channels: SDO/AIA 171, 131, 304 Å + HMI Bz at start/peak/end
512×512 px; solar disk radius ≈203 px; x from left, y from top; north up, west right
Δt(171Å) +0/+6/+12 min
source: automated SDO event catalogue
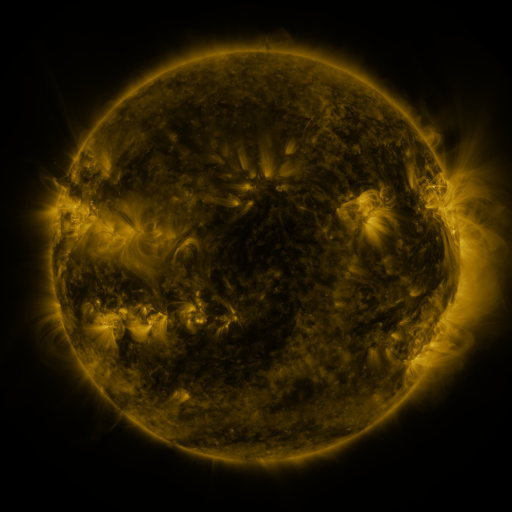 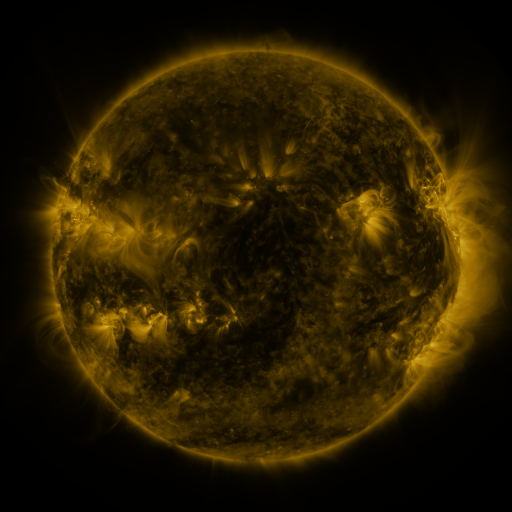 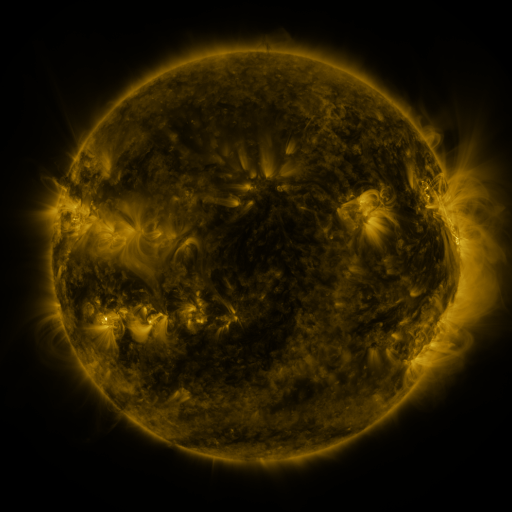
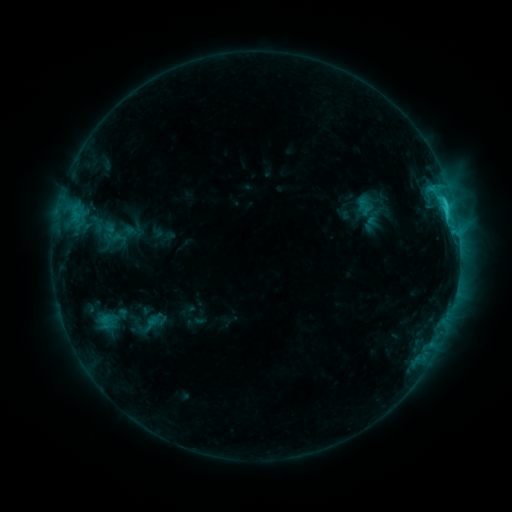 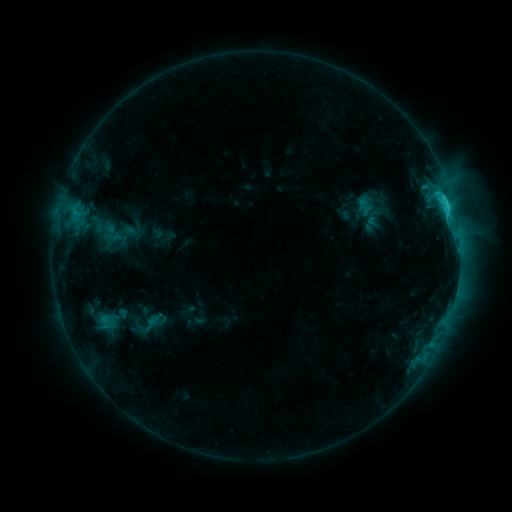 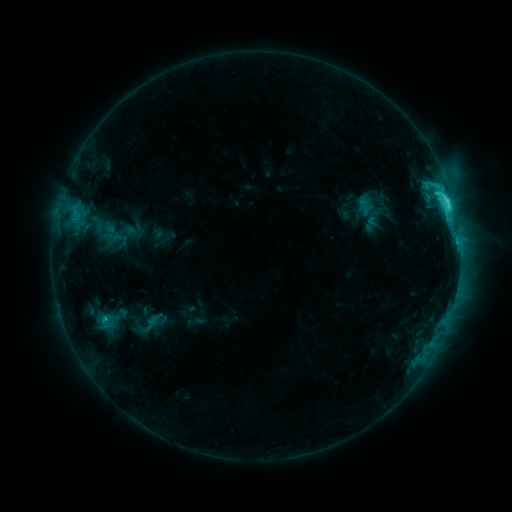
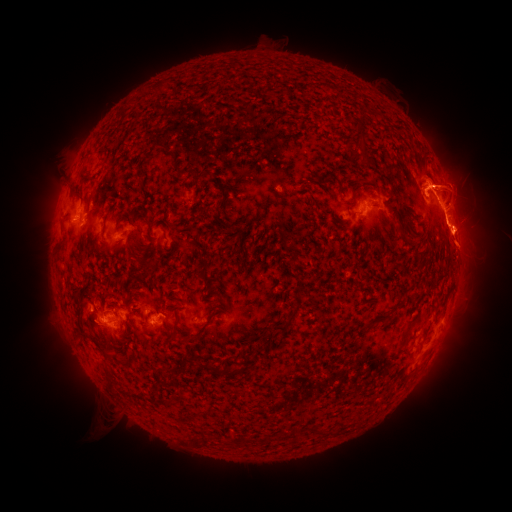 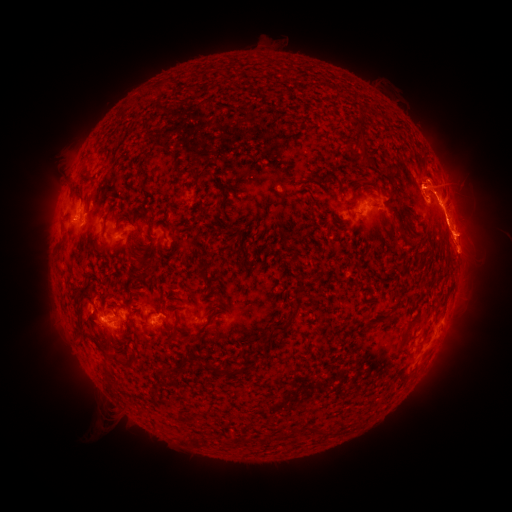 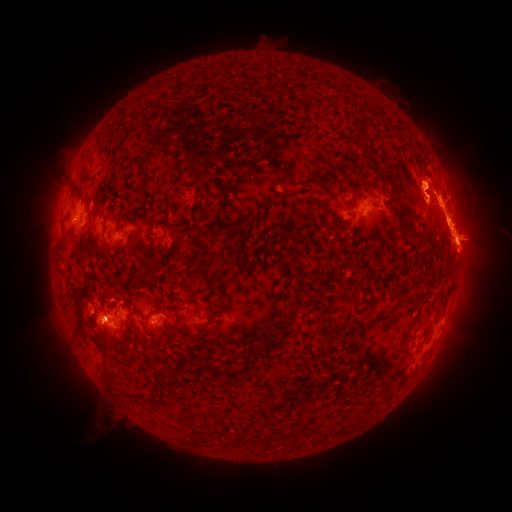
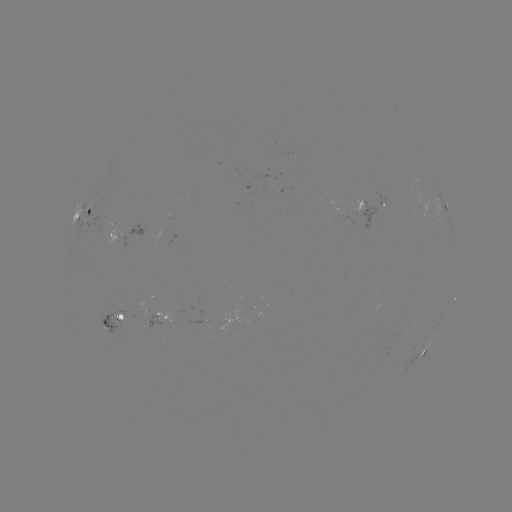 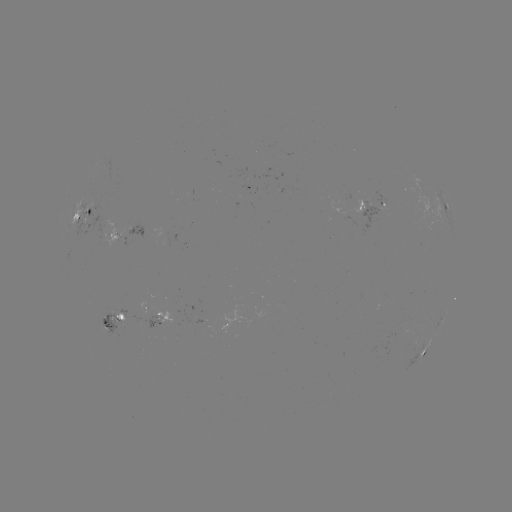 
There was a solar eruption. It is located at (469, 319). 